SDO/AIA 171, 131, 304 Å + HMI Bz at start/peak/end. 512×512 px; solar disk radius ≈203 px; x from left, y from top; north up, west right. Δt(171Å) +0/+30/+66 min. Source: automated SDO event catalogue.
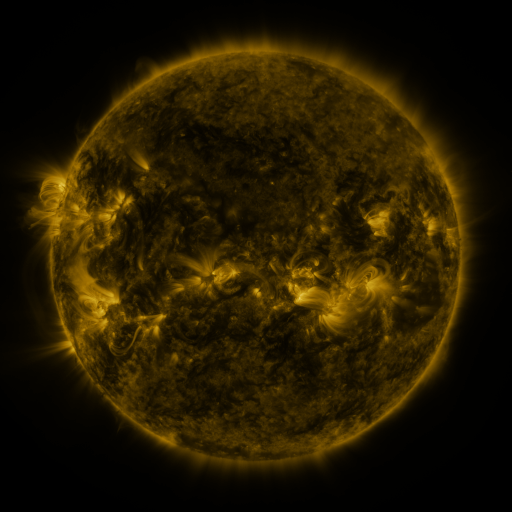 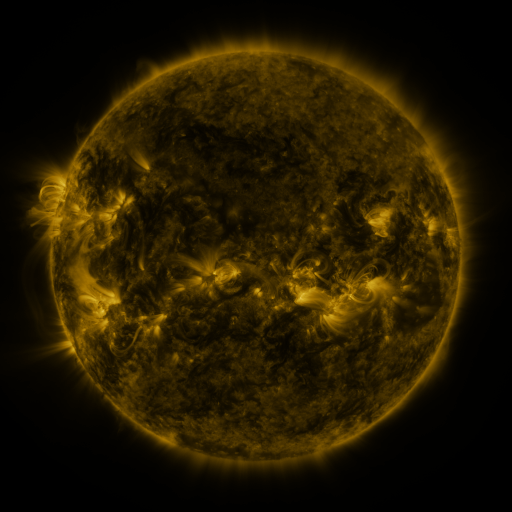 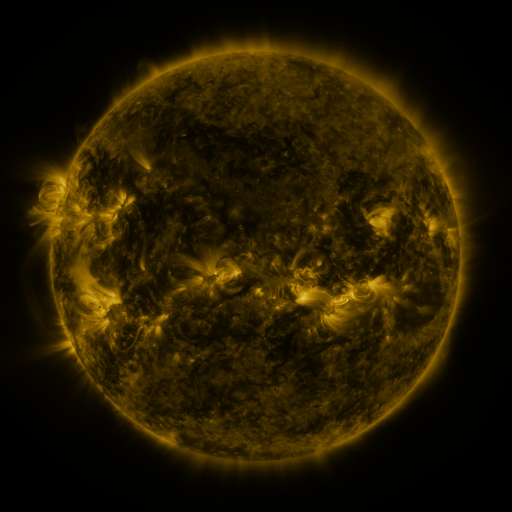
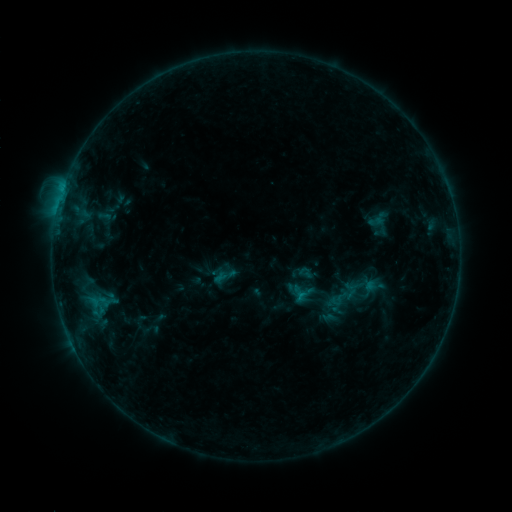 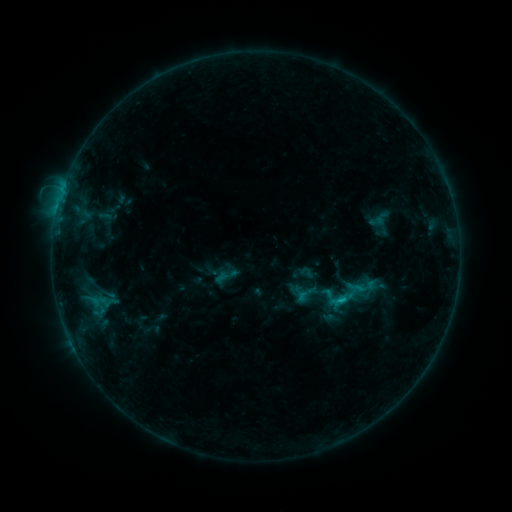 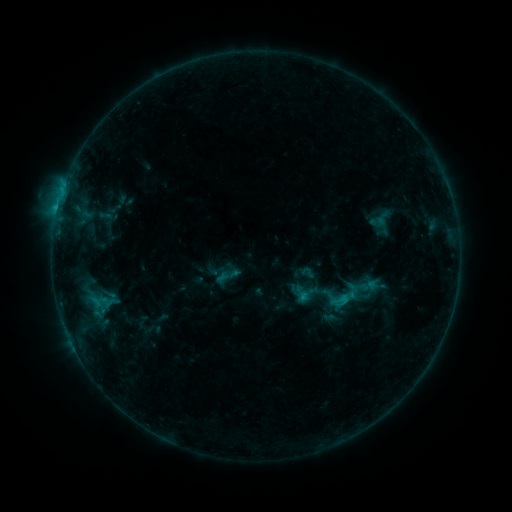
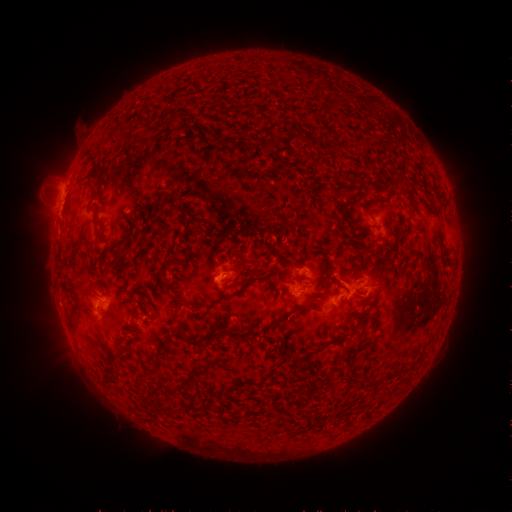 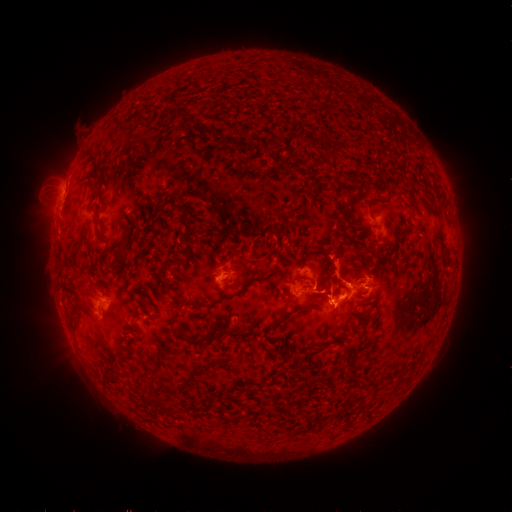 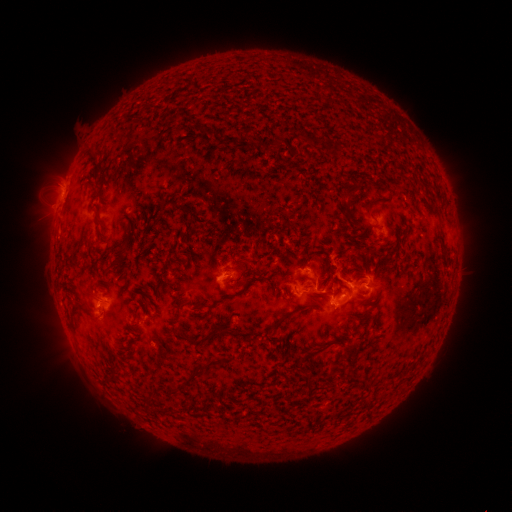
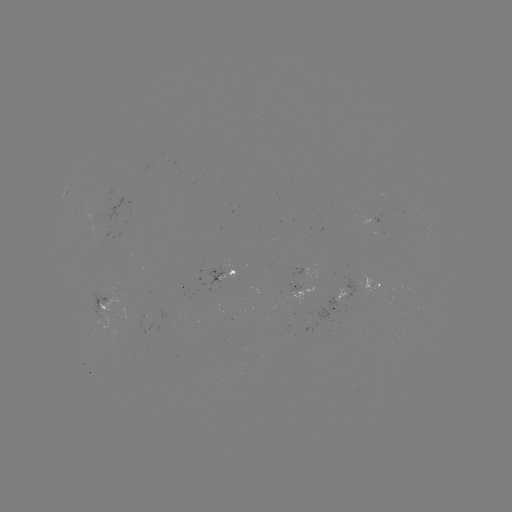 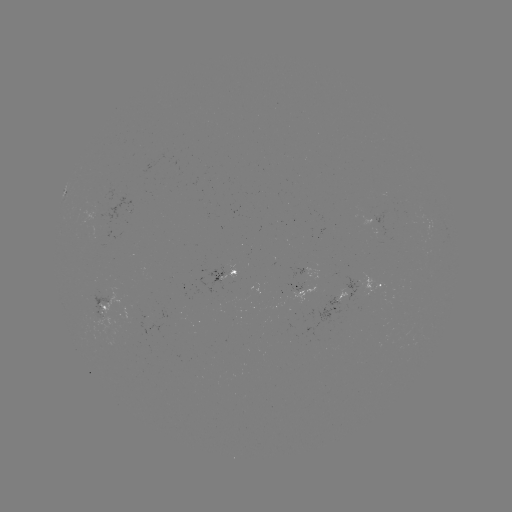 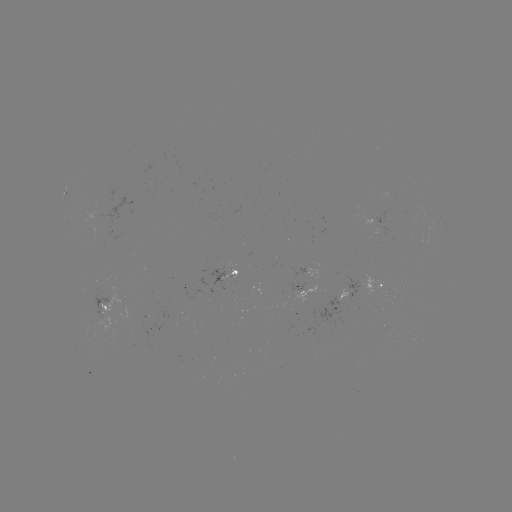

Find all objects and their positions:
C1.8 flare: (340, 300)
